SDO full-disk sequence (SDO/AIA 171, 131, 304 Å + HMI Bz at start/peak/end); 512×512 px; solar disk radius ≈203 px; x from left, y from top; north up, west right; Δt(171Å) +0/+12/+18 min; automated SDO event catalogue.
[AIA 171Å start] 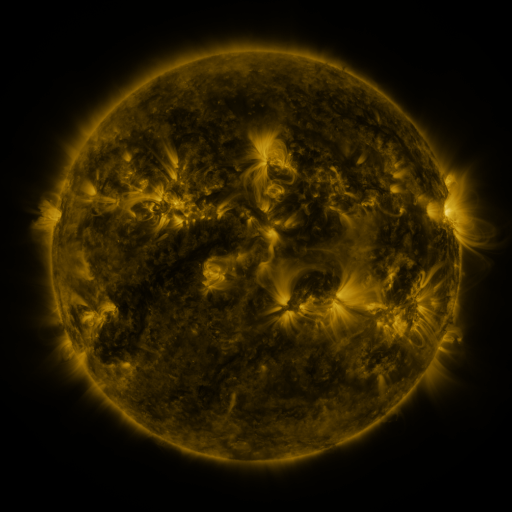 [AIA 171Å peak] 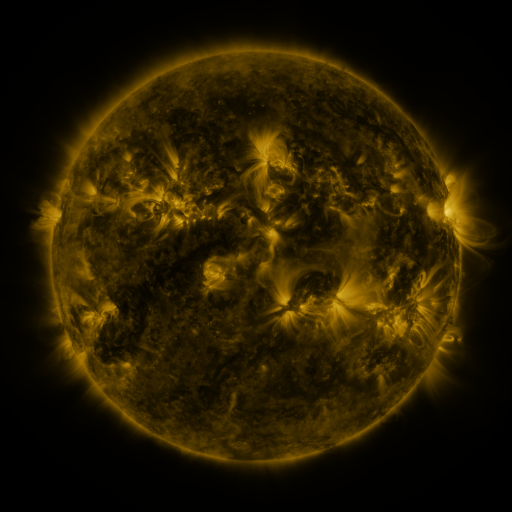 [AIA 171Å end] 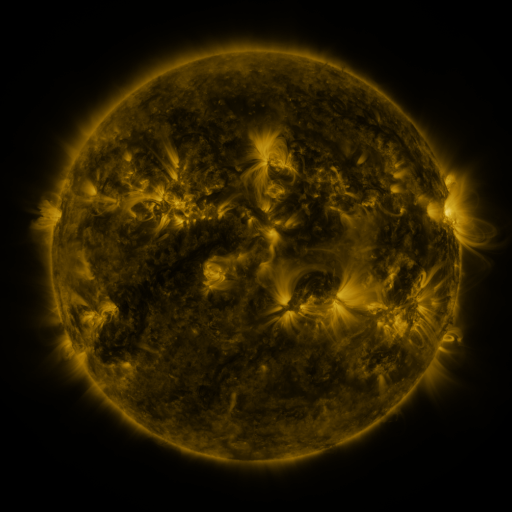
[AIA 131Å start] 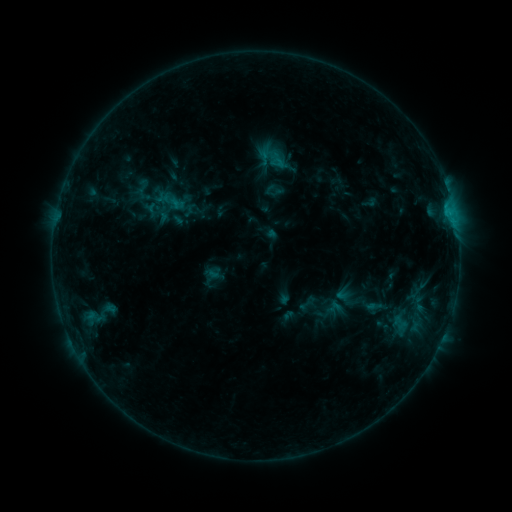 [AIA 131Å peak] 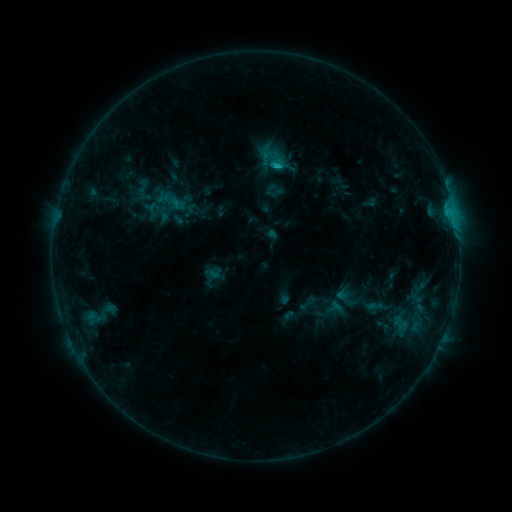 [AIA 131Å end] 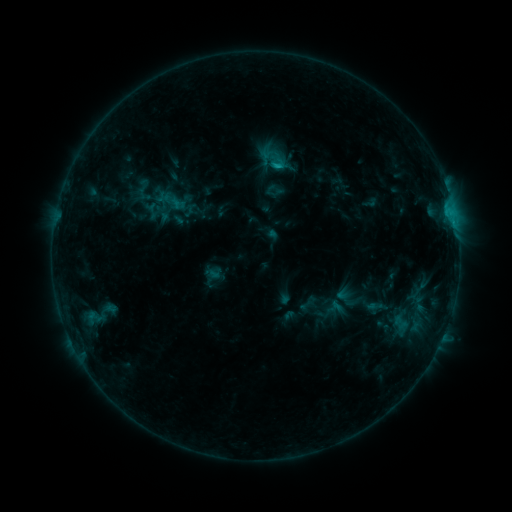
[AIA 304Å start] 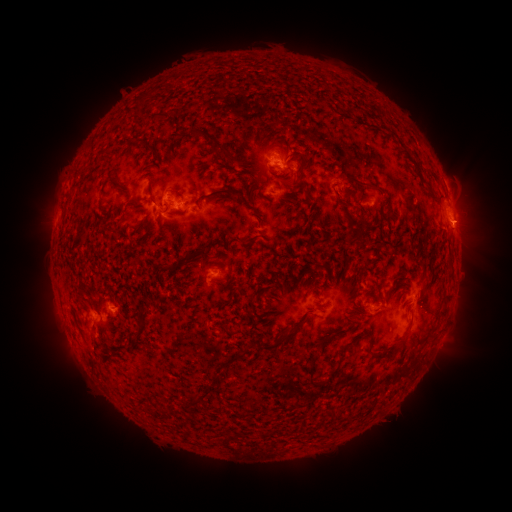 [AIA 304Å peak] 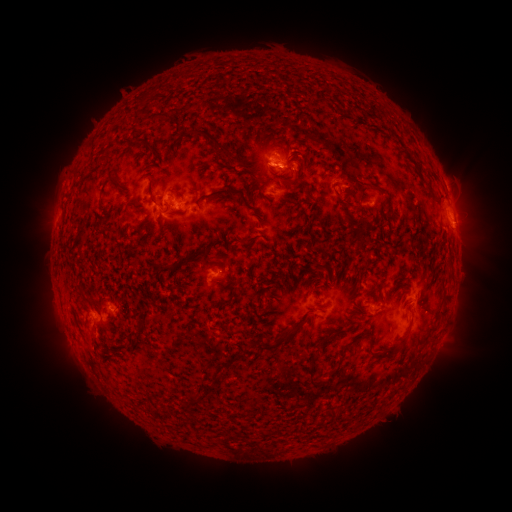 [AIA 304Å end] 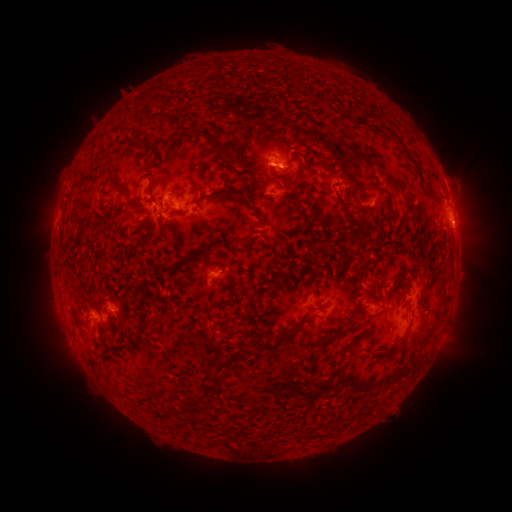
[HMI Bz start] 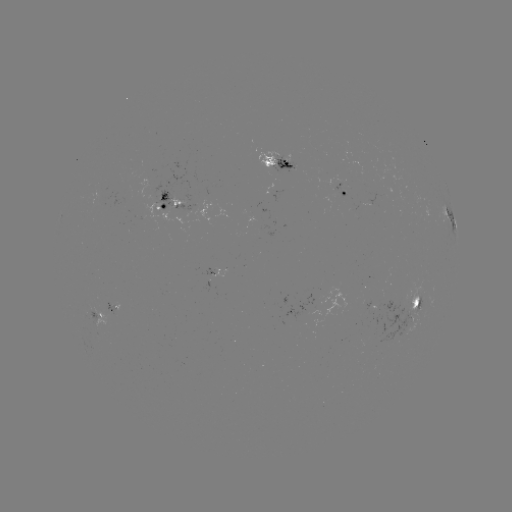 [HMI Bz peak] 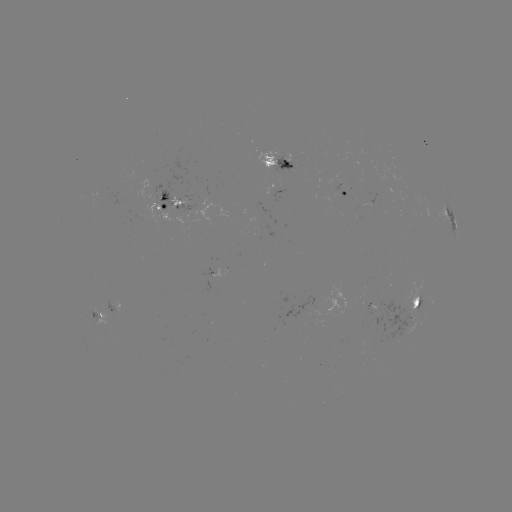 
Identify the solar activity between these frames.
C1.8 flare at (276, 166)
